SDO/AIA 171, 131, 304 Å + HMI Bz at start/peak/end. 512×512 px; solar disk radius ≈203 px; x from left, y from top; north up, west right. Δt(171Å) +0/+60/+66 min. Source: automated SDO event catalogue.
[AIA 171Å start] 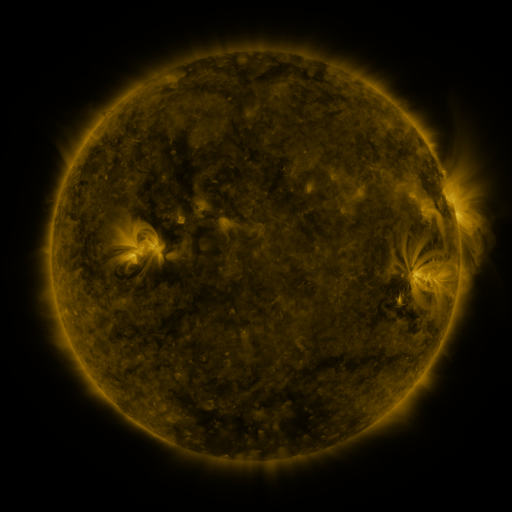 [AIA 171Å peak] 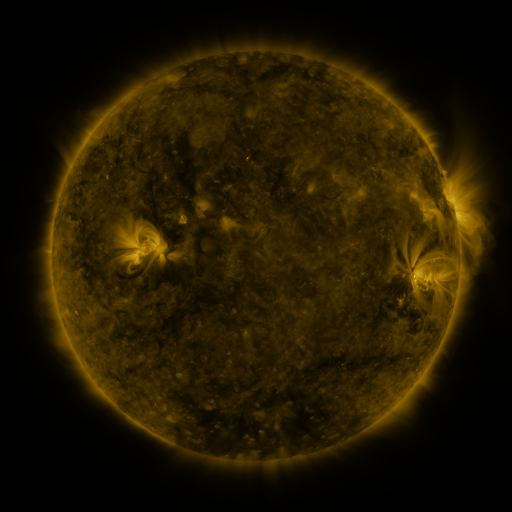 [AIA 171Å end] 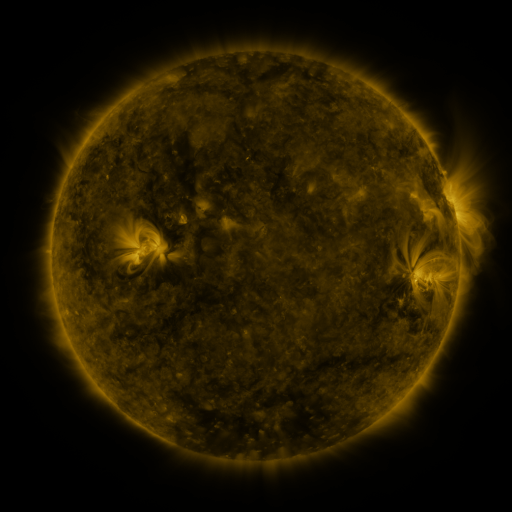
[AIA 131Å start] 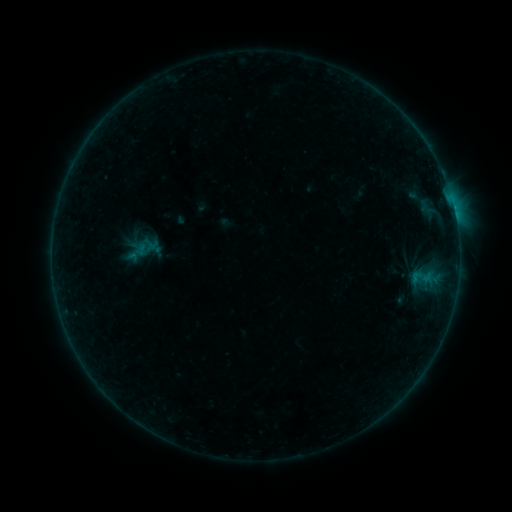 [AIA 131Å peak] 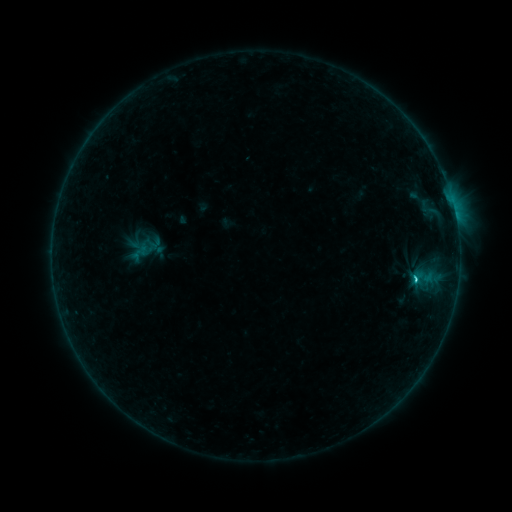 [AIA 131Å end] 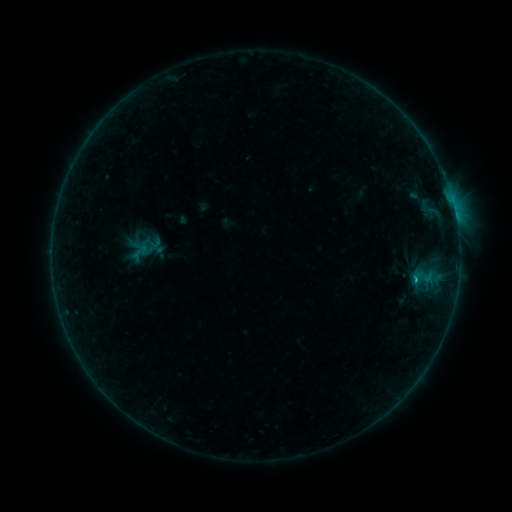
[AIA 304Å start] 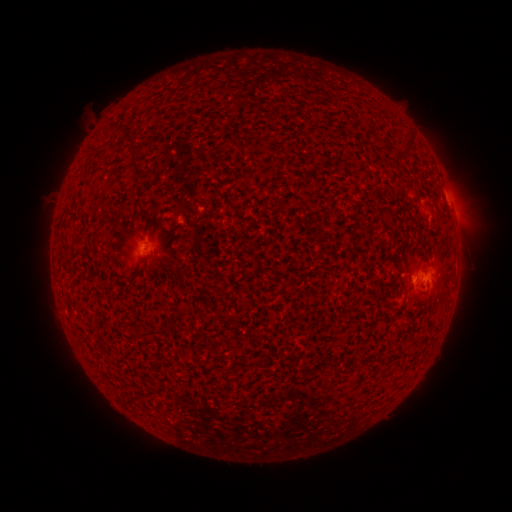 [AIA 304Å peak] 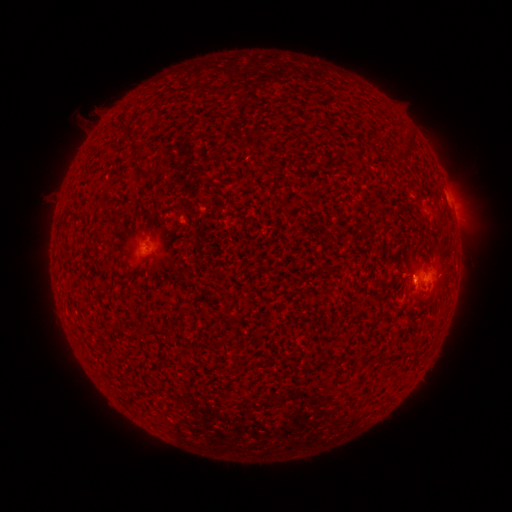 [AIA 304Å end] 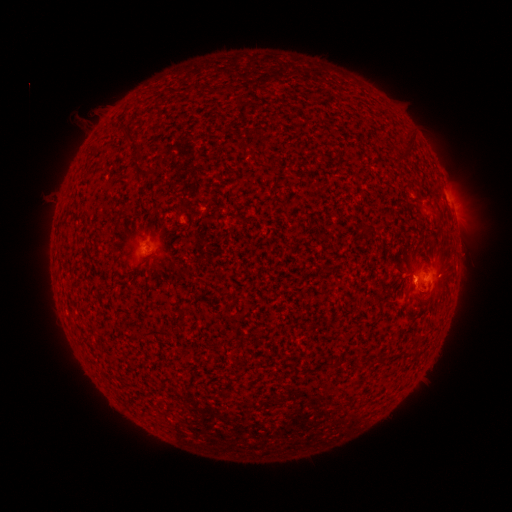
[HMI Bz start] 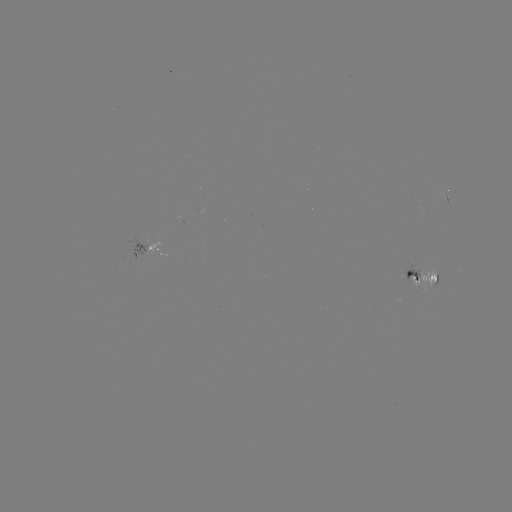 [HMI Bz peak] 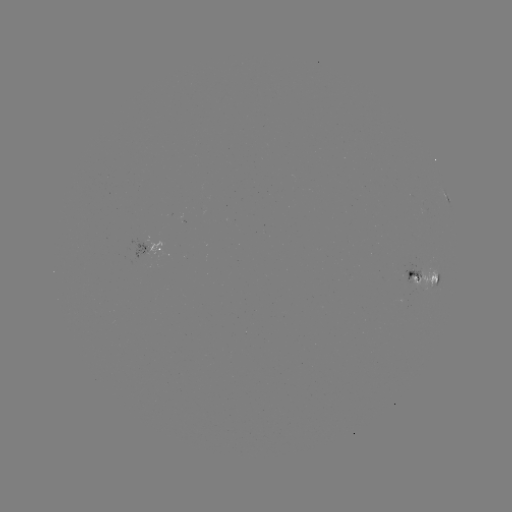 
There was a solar flare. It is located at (414, 277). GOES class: C1.0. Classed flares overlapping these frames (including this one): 1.